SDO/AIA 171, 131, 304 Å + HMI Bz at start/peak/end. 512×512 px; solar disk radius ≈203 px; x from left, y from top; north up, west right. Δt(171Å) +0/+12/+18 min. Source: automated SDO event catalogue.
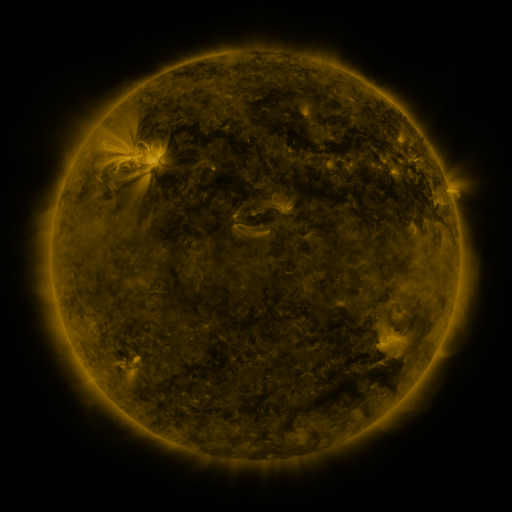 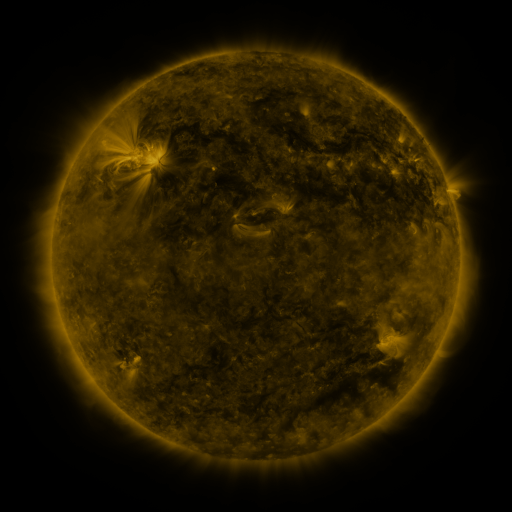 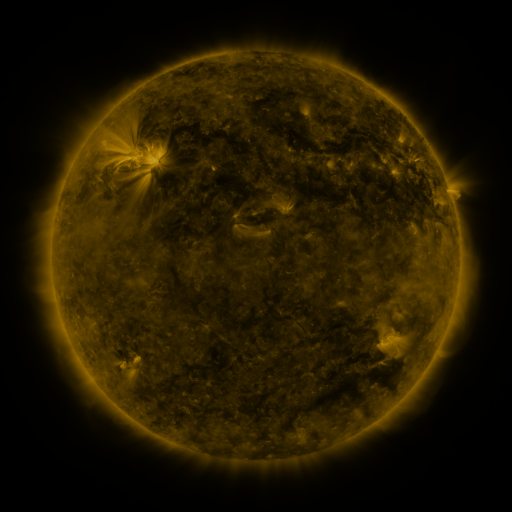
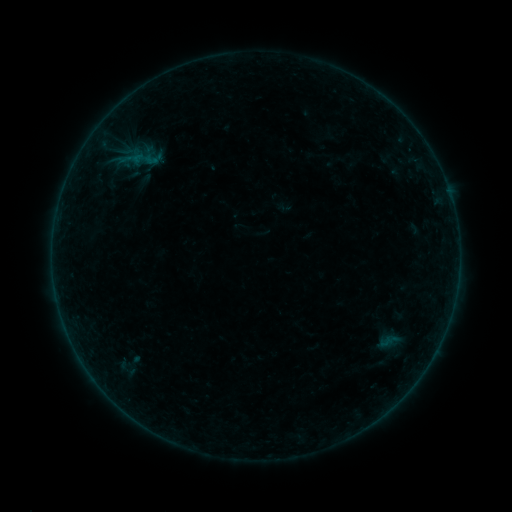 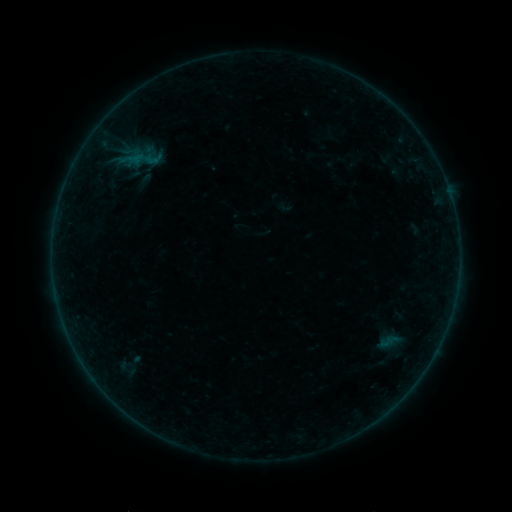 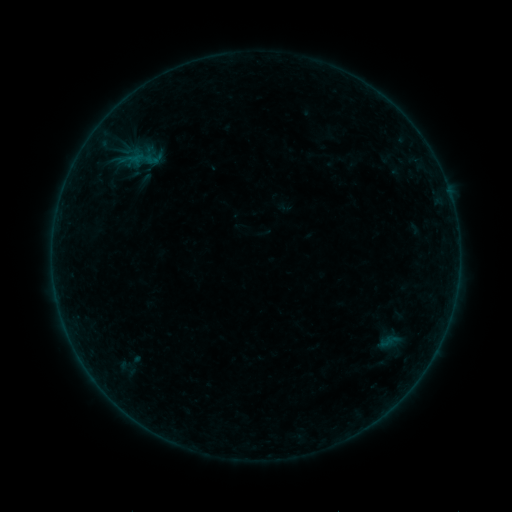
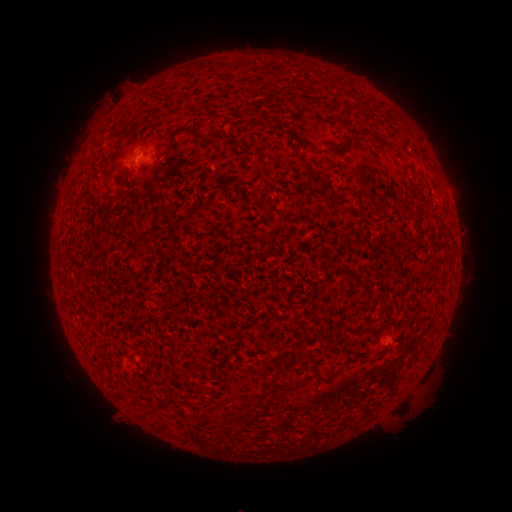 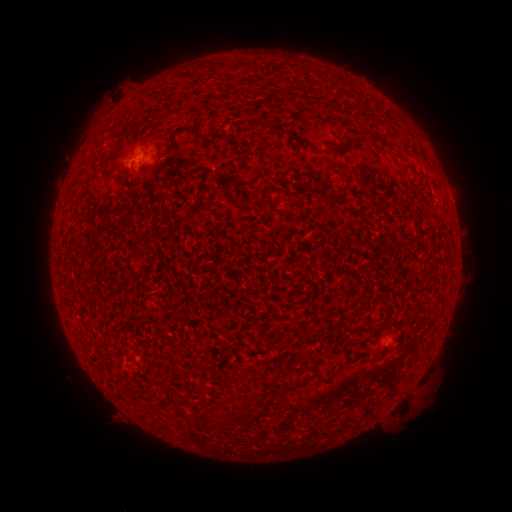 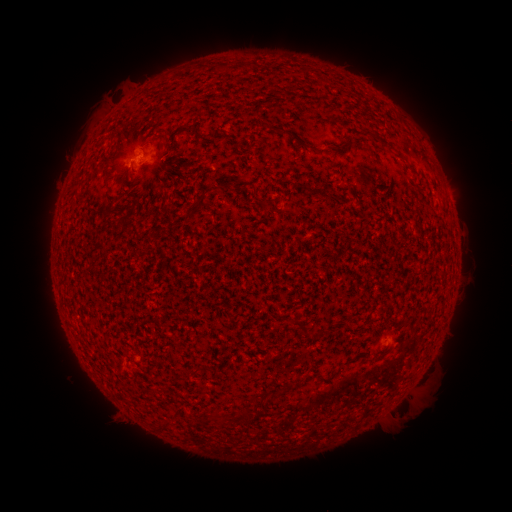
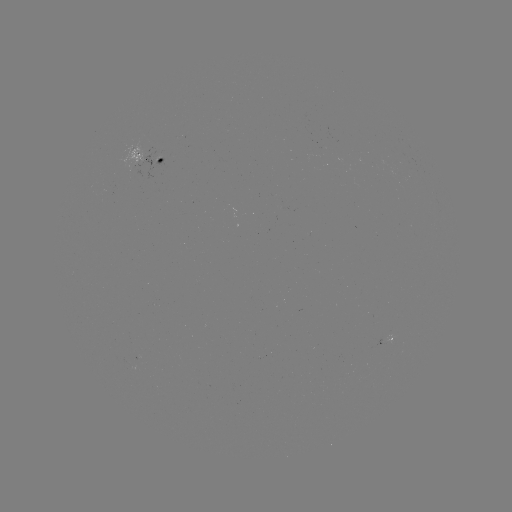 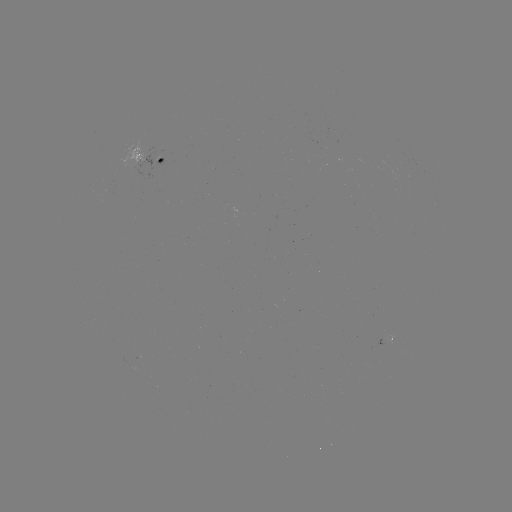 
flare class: B1.1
